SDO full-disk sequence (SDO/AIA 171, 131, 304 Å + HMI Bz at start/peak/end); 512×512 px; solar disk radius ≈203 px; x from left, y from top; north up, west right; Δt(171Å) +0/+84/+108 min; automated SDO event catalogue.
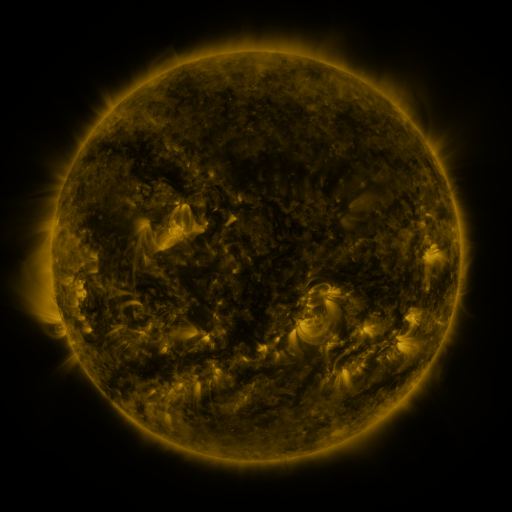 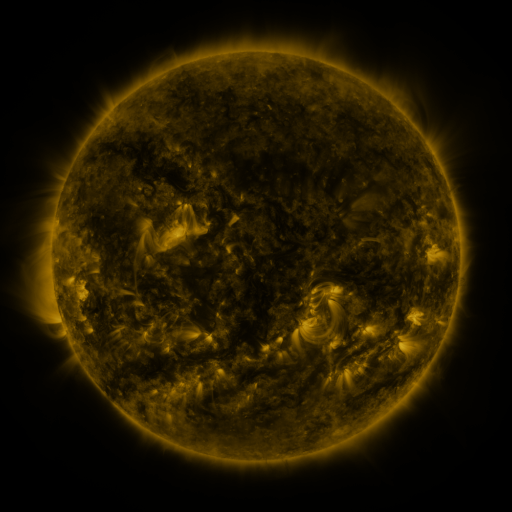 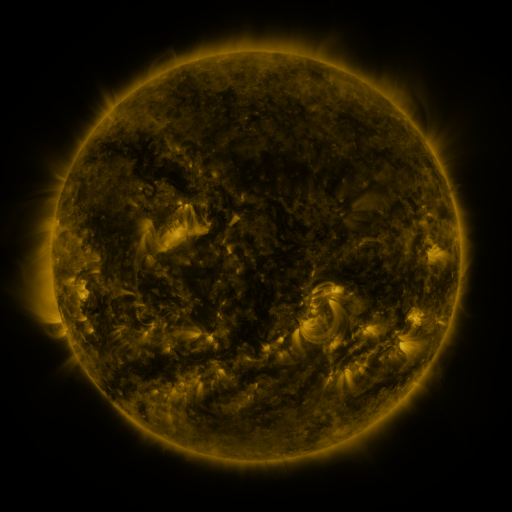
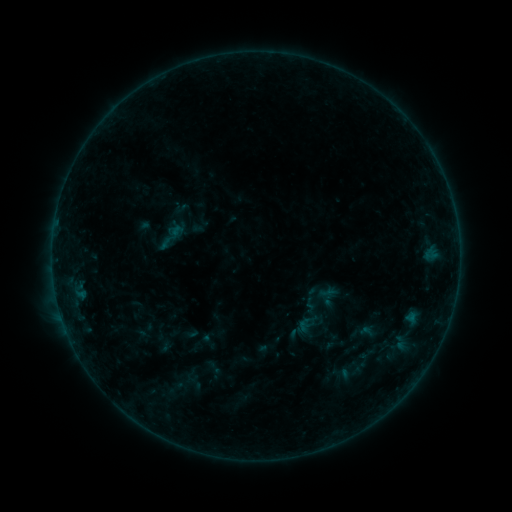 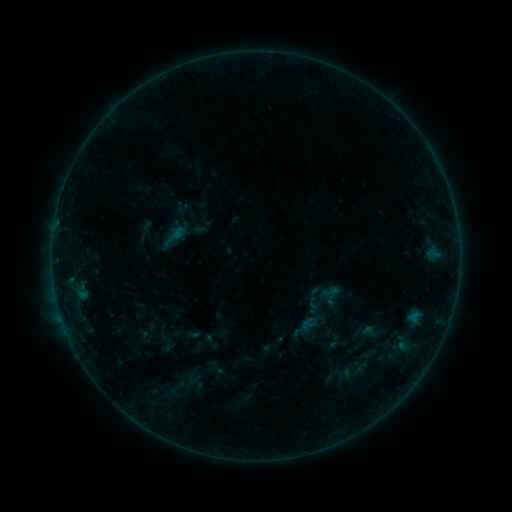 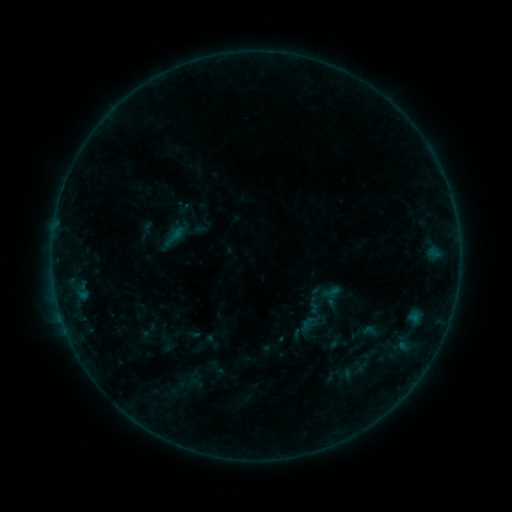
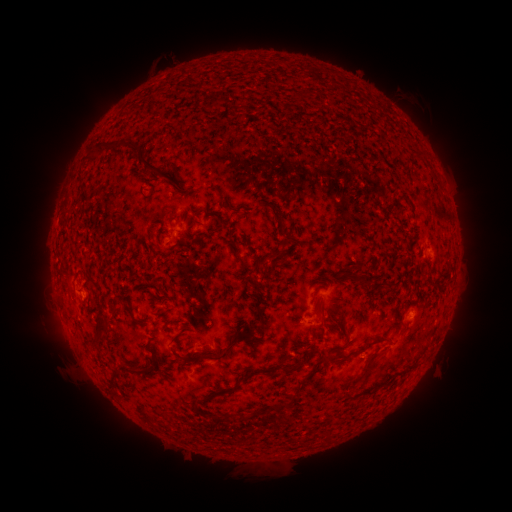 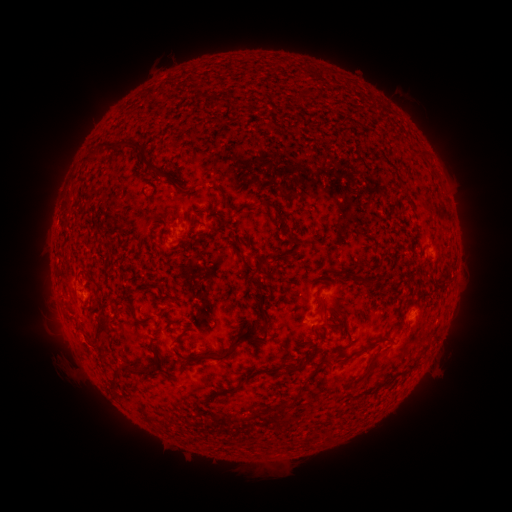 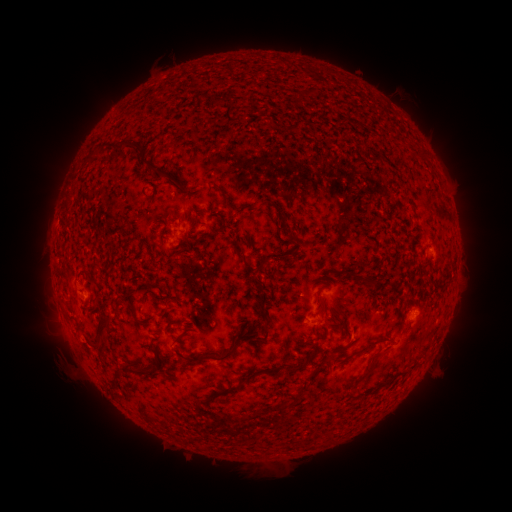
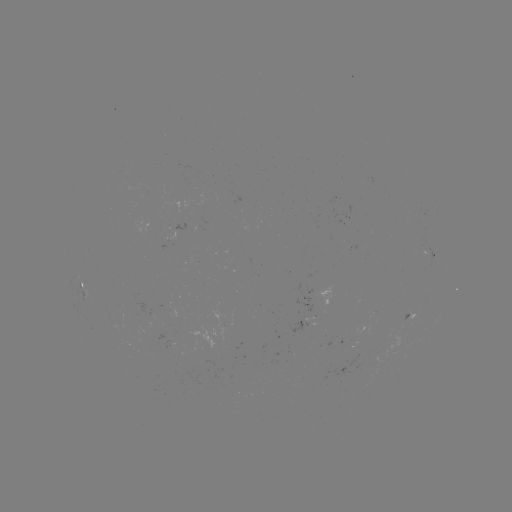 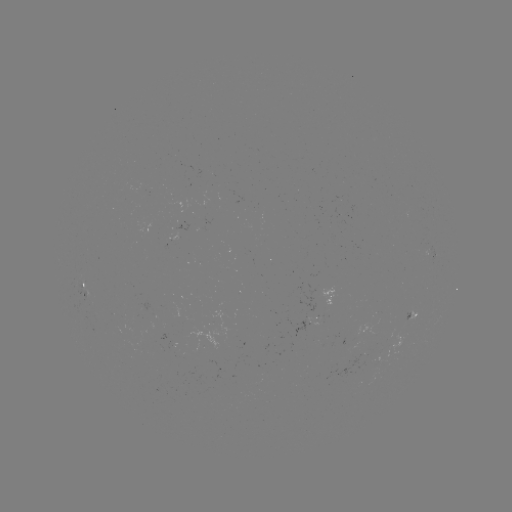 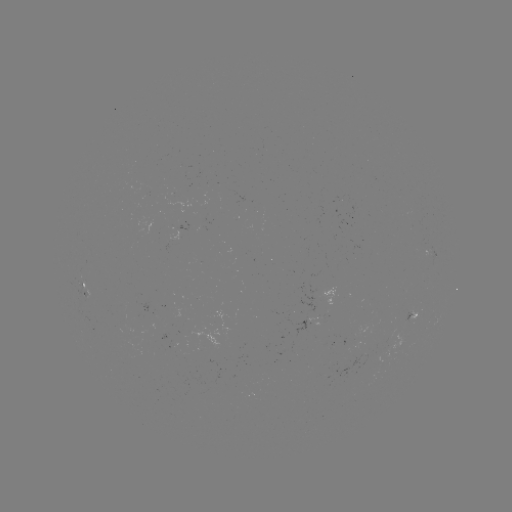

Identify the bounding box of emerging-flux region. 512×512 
[80, 289, 90, 300].